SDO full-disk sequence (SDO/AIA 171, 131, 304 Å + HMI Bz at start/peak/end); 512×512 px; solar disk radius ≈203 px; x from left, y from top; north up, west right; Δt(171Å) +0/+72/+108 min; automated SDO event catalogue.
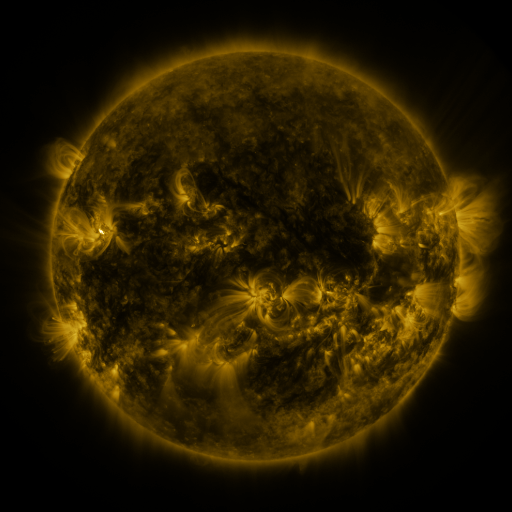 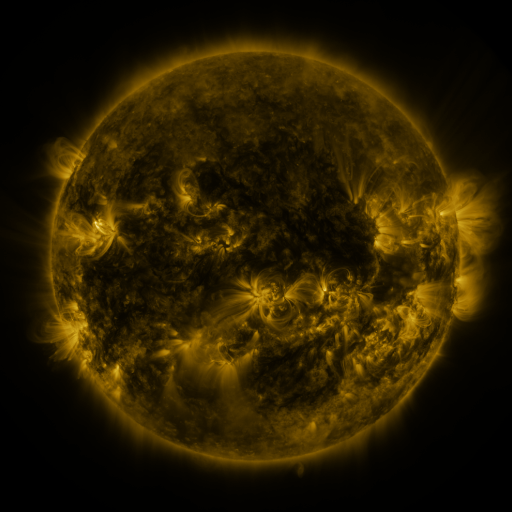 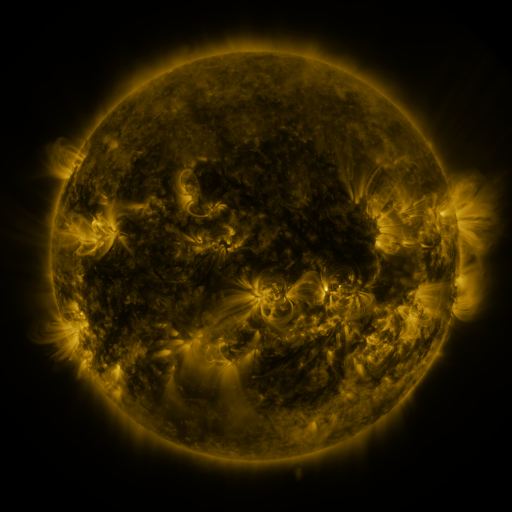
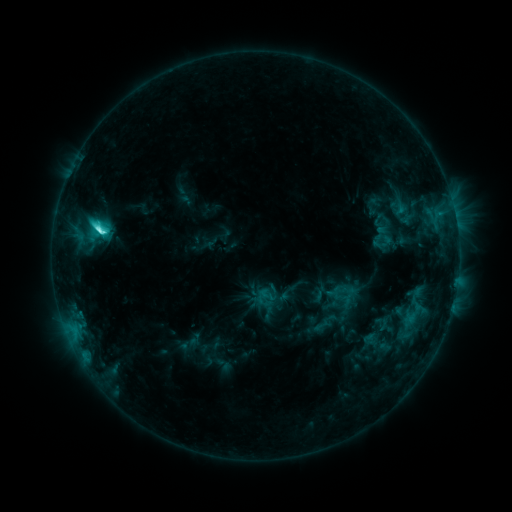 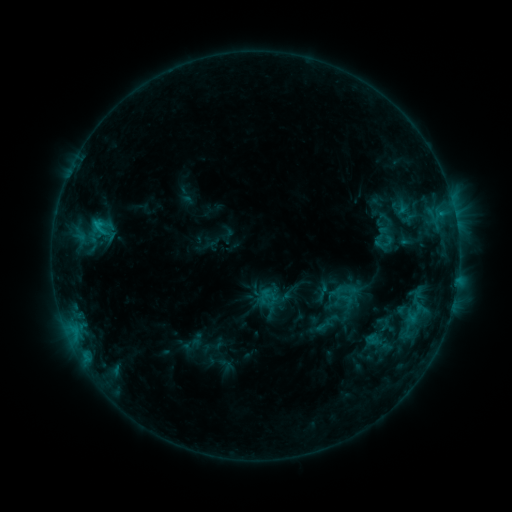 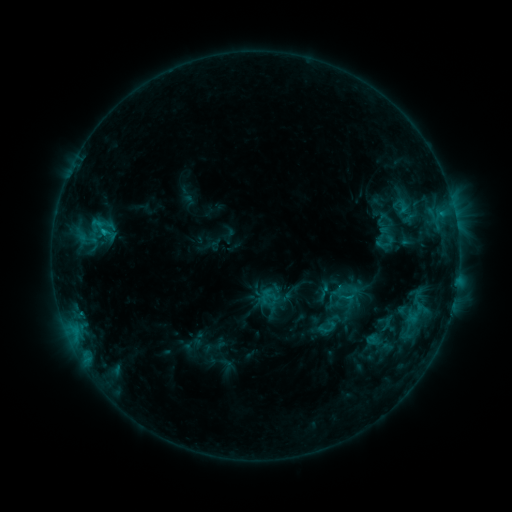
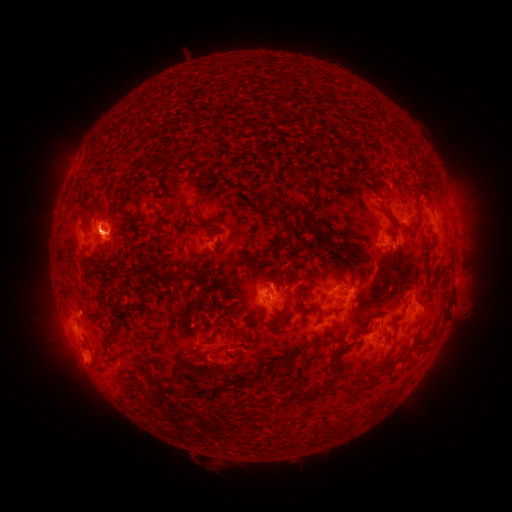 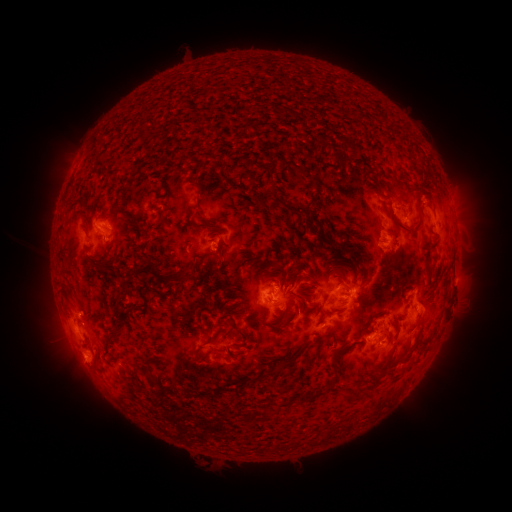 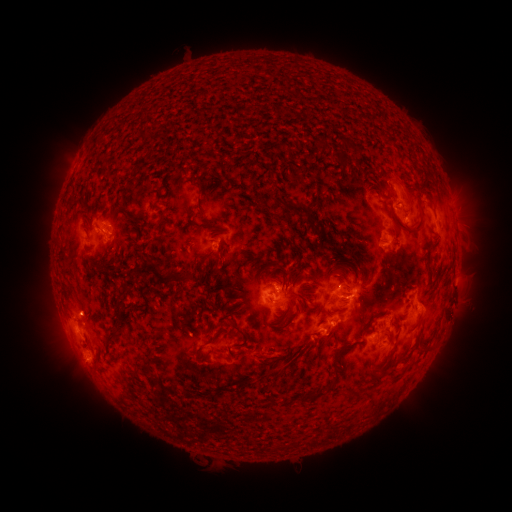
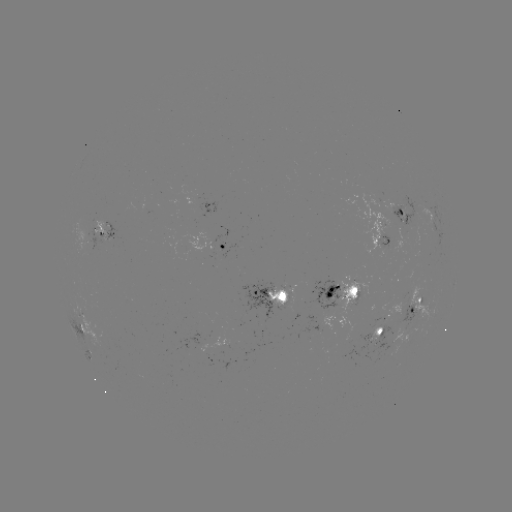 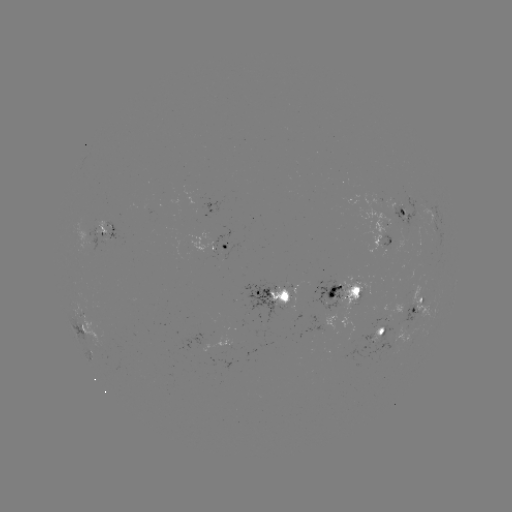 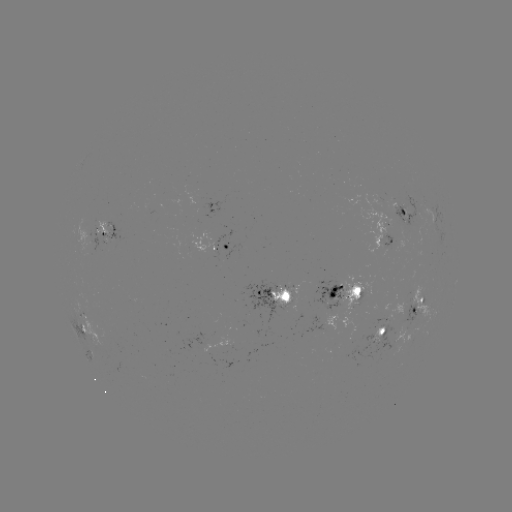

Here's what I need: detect emerging-flux region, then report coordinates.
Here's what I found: emerging-flux region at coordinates (283, 307).